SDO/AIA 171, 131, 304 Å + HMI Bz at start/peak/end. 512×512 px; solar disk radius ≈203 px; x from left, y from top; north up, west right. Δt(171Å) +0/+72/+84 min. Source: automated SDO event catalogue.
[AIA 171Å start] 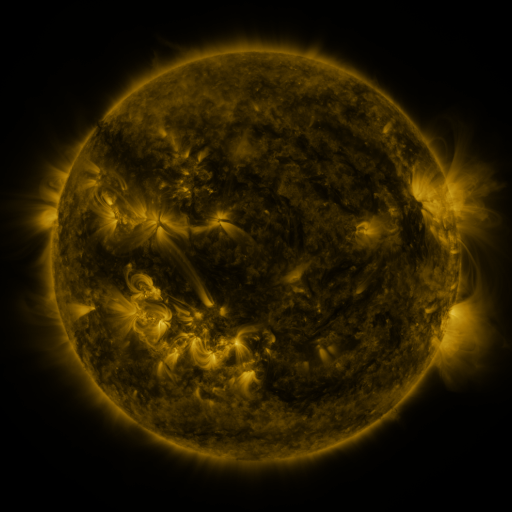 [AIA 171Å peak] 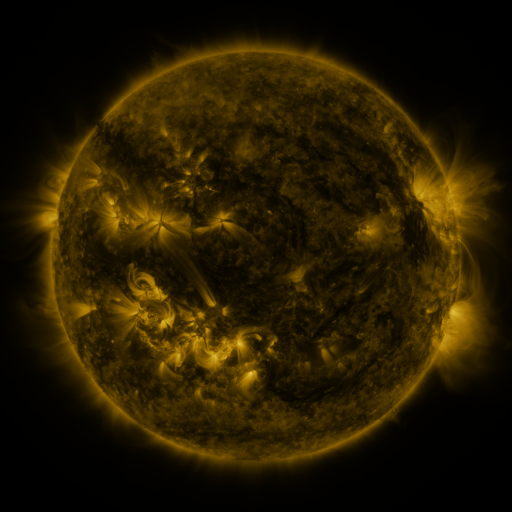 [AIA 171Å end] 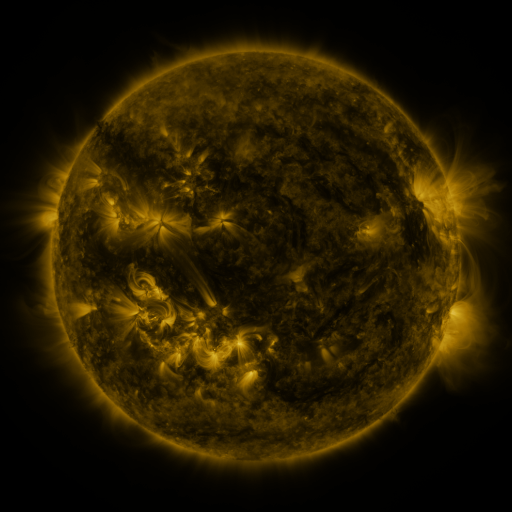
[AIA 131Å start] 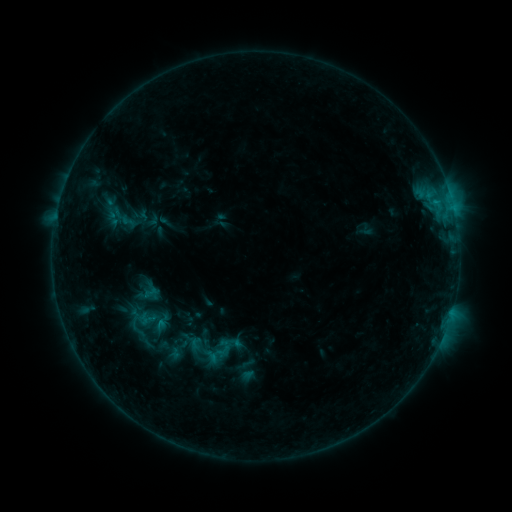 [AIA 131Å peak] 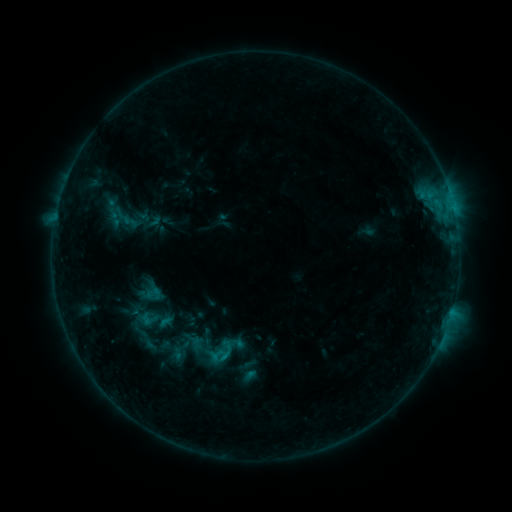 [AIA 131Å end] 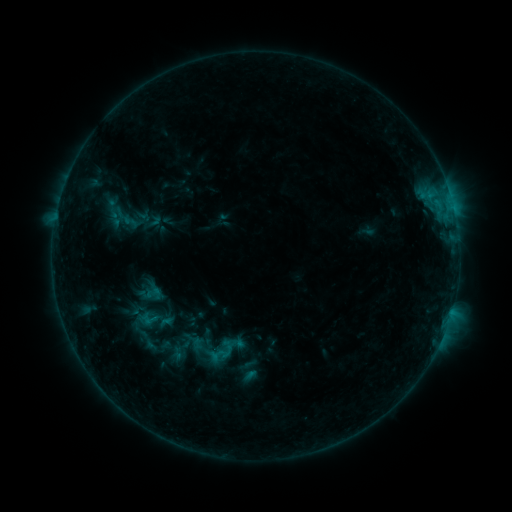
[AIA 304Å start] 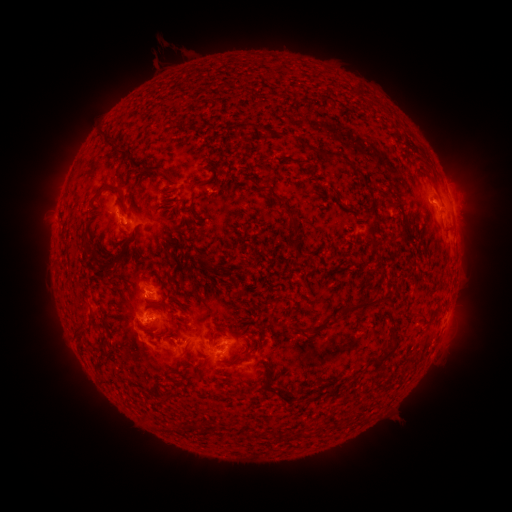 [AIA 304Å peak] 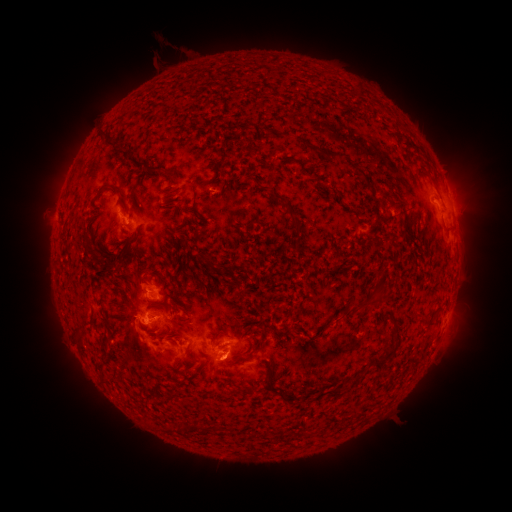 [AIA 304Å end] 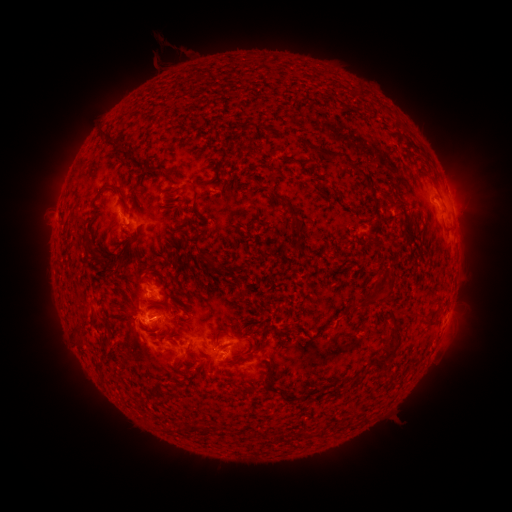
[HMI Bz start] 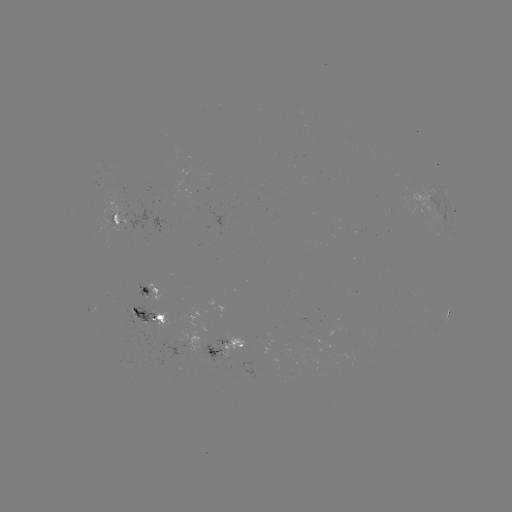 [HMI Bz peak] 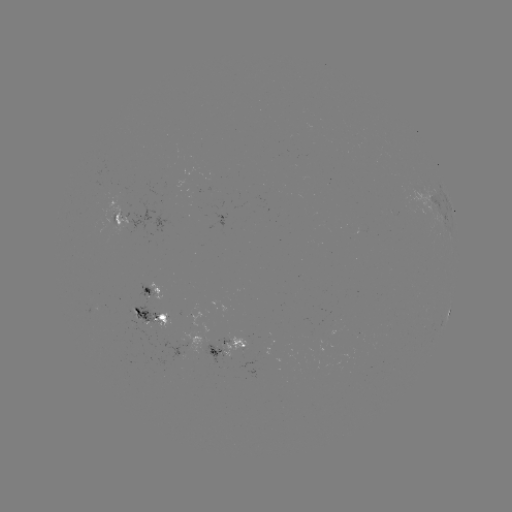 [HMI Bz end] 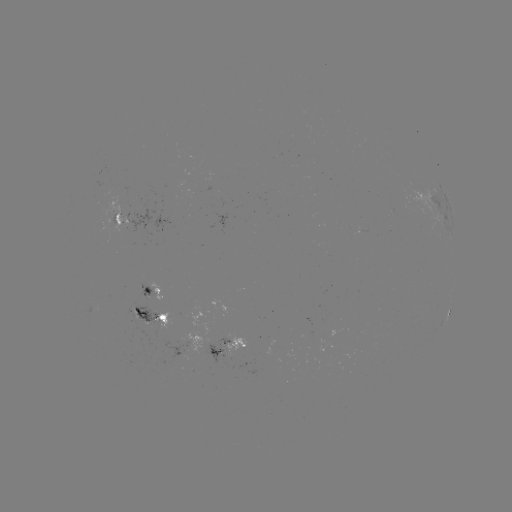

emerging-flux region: [128, 308, 139, 324]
